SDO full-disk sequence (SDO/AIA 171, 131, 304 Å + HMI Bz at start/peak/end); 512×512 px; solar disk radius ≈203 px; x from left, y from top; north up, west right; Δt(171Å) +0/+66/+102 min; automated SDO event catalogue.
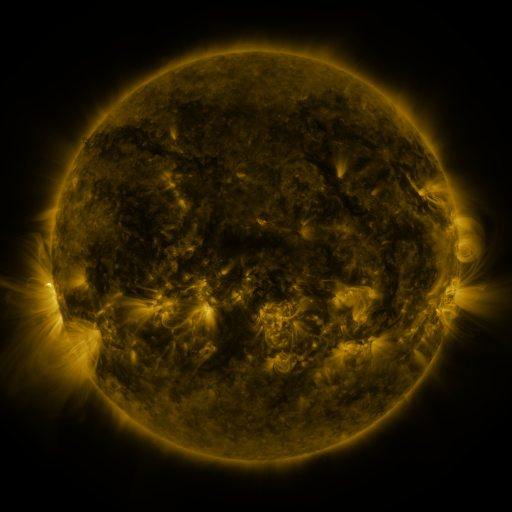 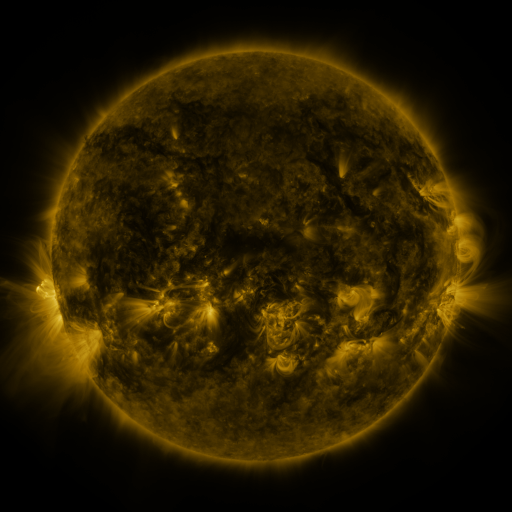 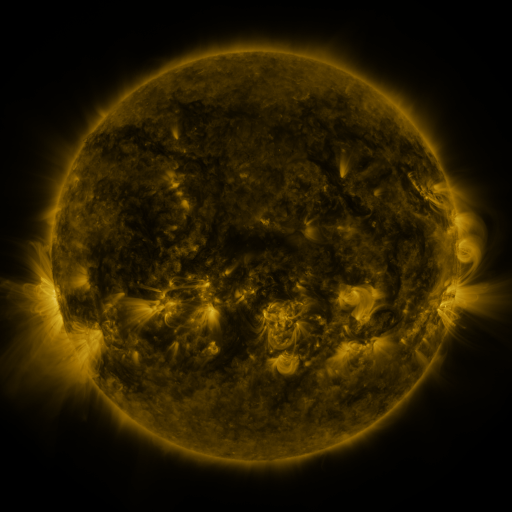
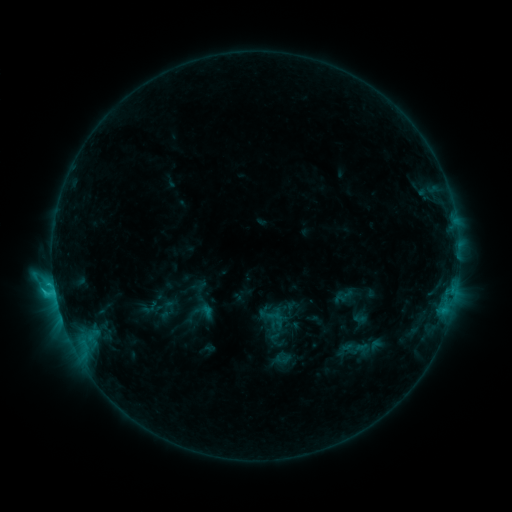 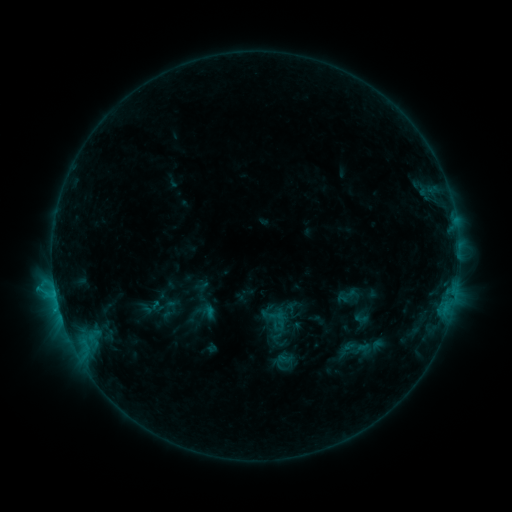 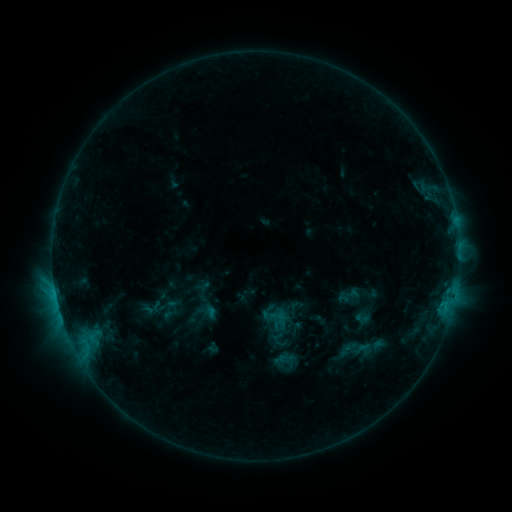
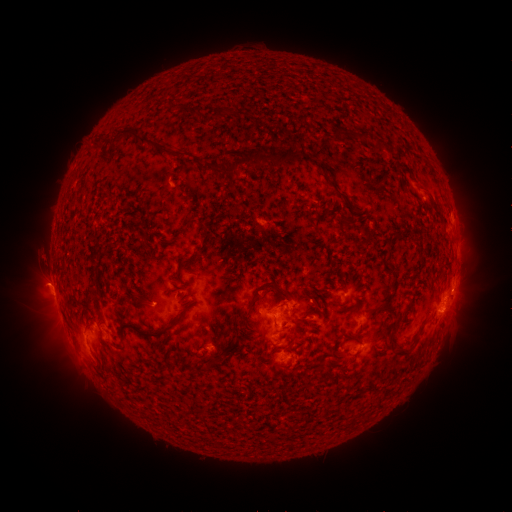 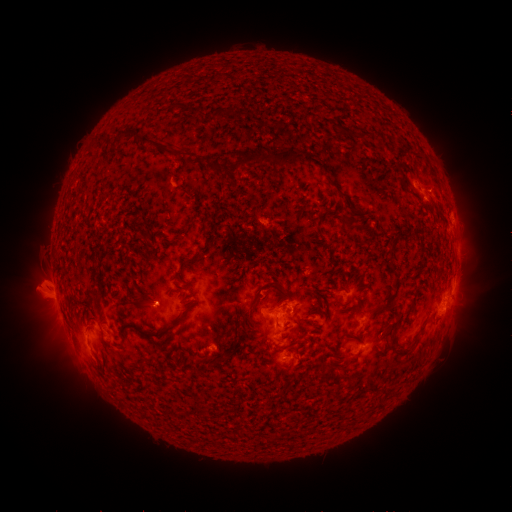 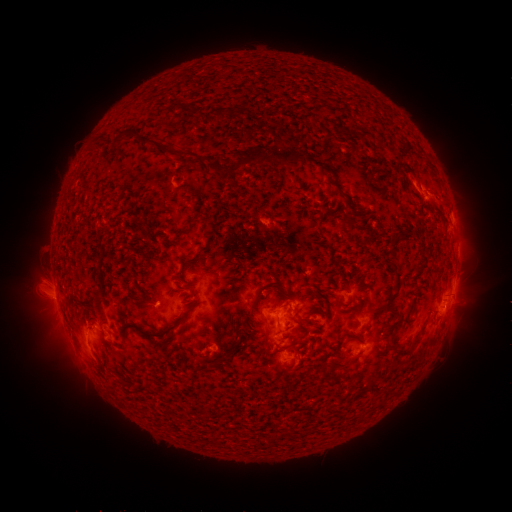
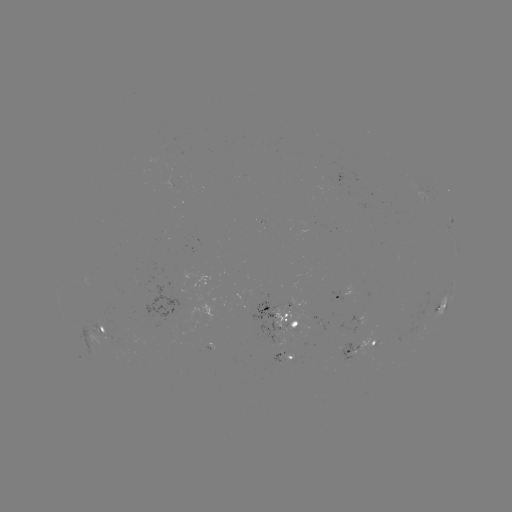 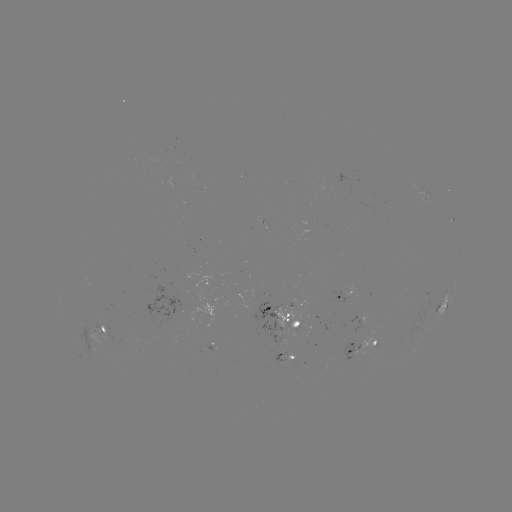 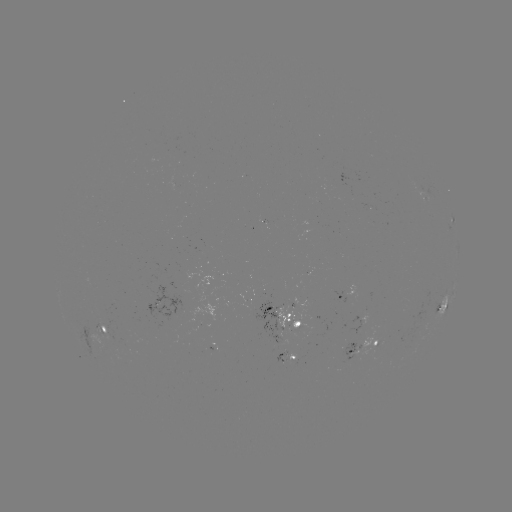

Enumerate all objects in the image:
emerging-flux region: (115, 343)
